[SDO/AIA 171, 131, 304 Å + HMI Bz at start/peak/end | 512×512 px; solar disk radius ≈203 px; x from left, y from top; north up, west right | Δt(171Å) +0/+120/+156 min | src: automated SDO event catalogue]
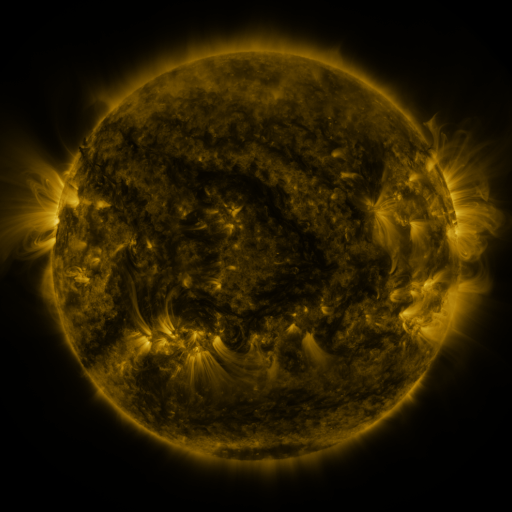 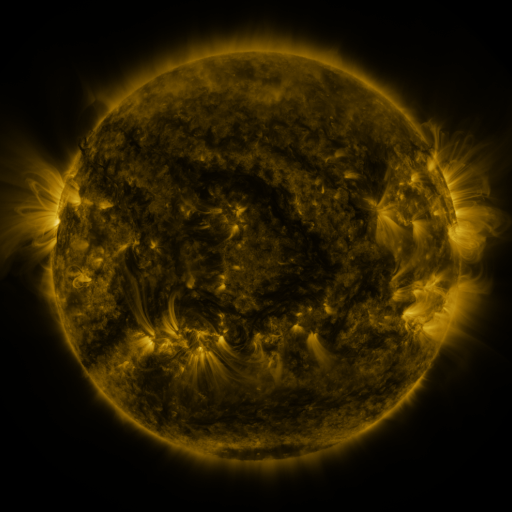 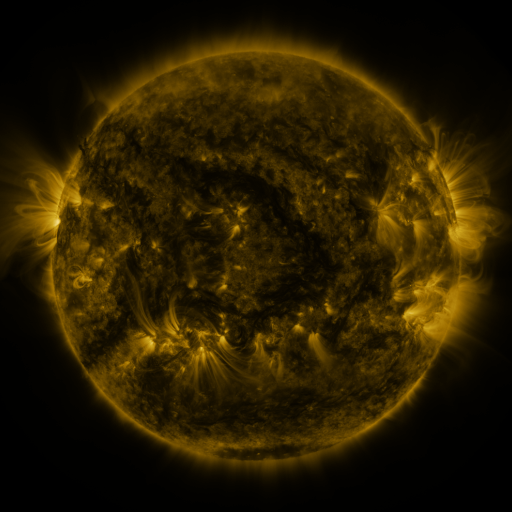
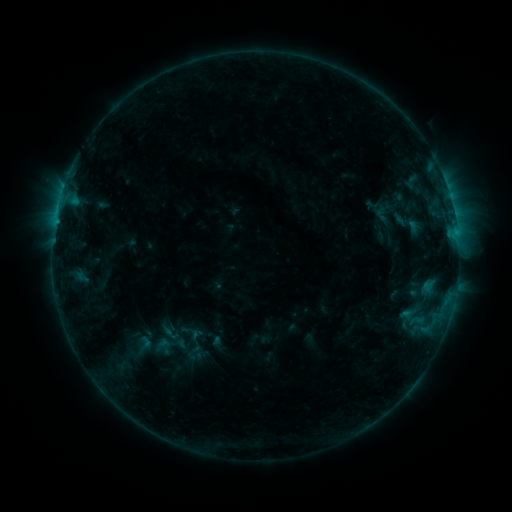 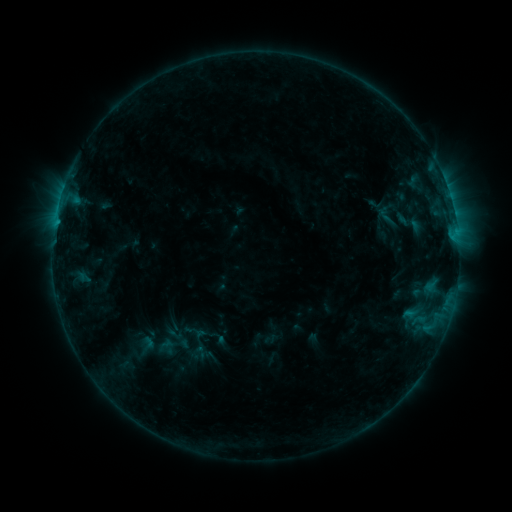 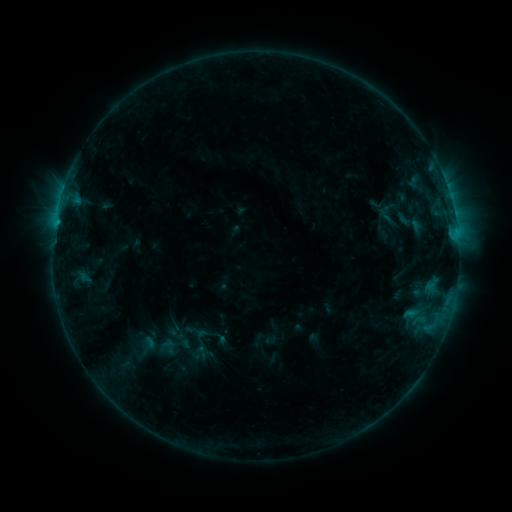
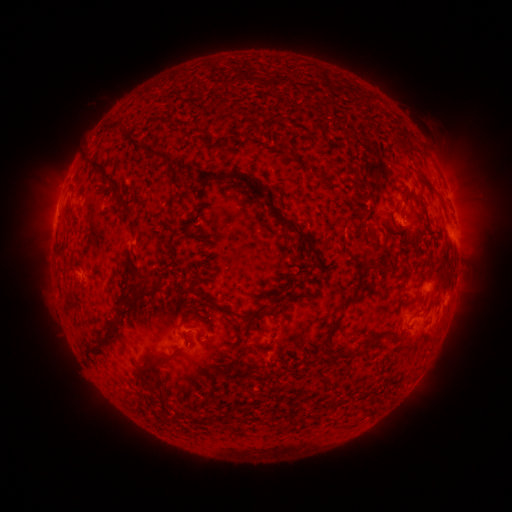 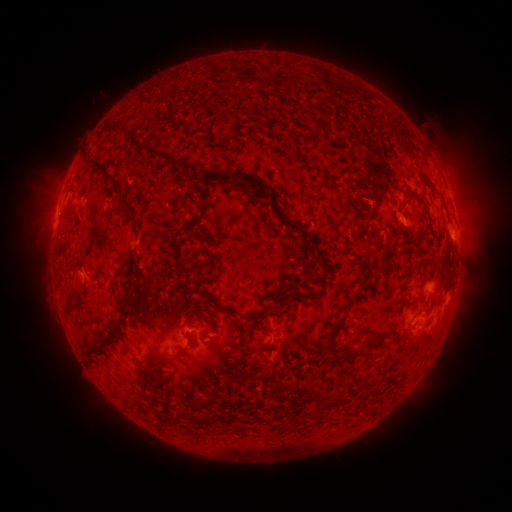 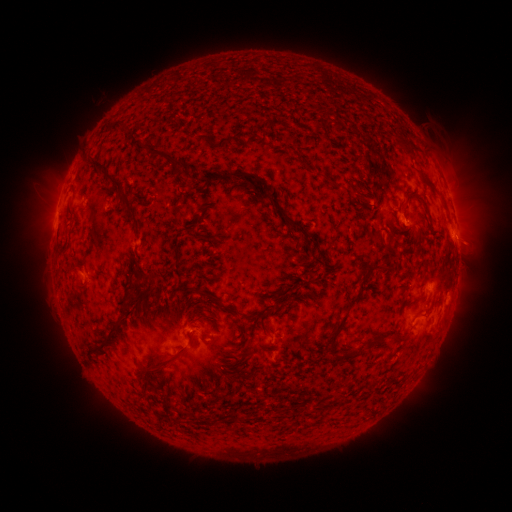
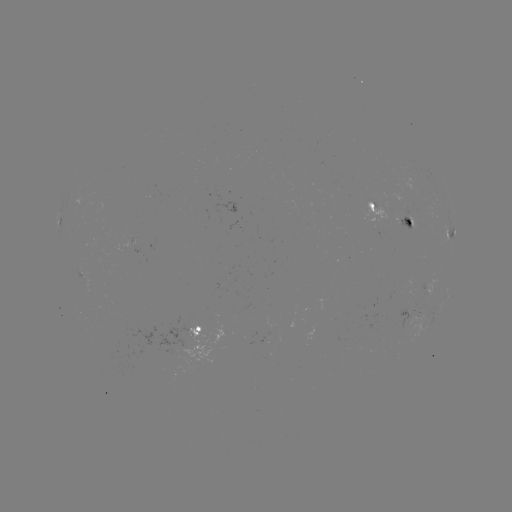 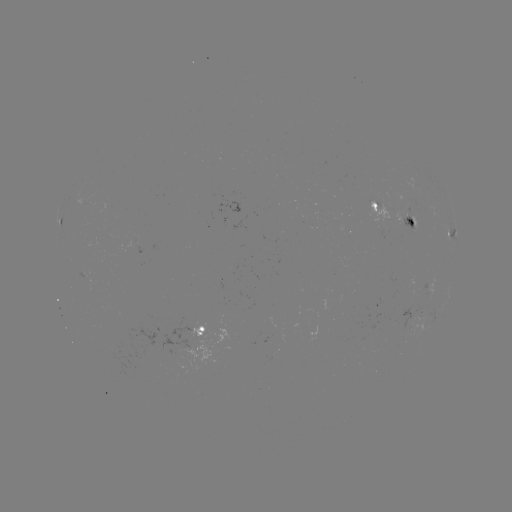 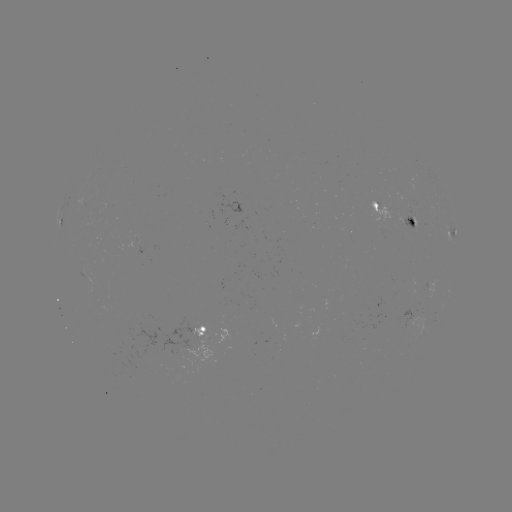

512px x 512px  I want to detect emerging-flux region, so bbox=[362, 200, 394, 222].